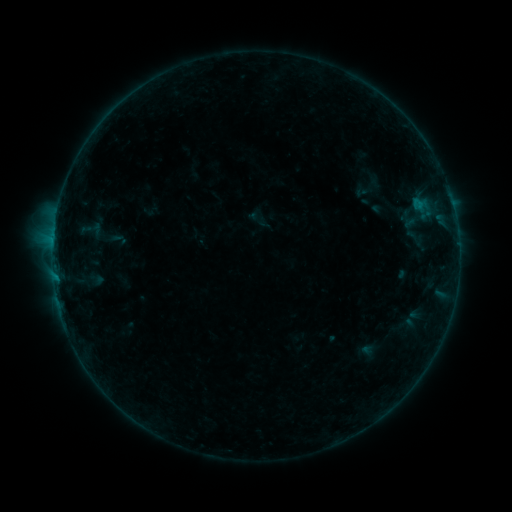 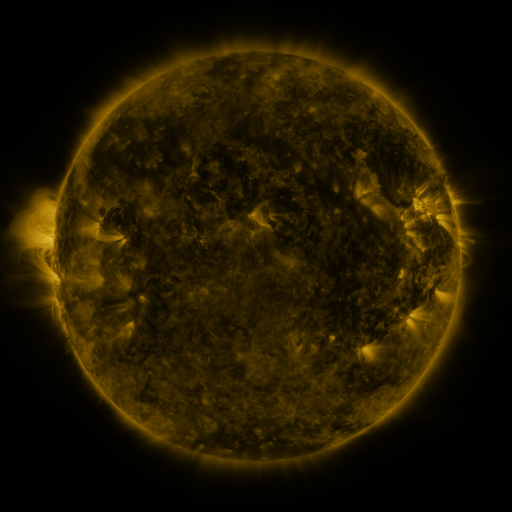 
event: sigmoid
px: (415, 237)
